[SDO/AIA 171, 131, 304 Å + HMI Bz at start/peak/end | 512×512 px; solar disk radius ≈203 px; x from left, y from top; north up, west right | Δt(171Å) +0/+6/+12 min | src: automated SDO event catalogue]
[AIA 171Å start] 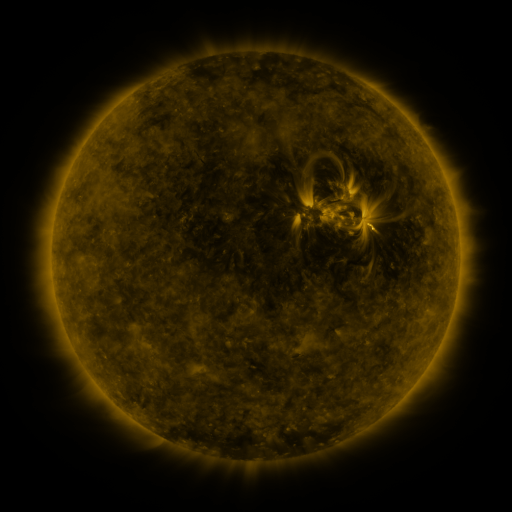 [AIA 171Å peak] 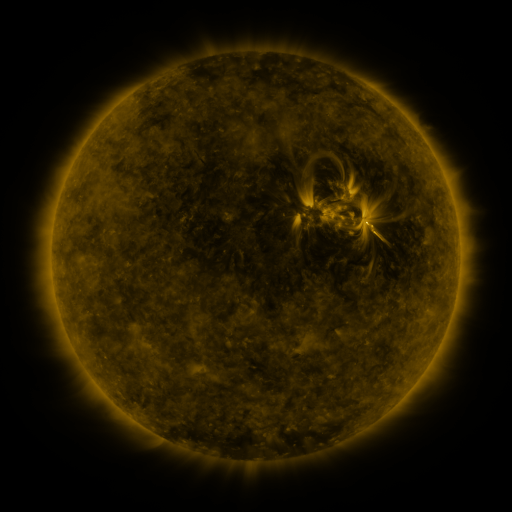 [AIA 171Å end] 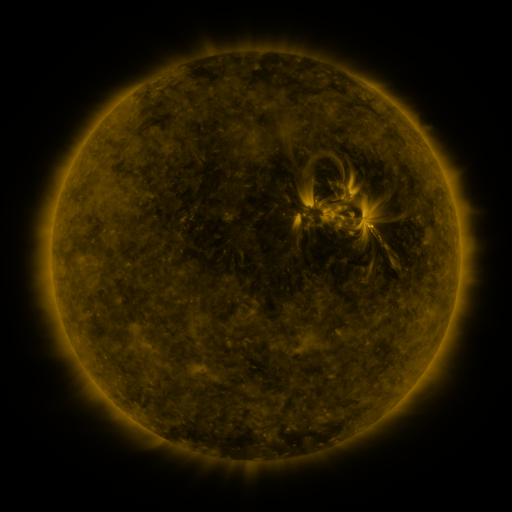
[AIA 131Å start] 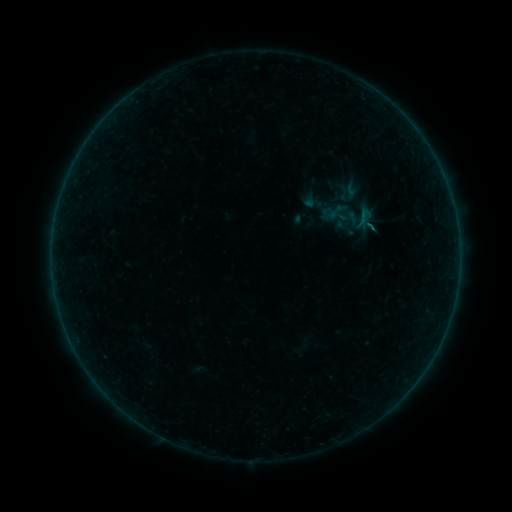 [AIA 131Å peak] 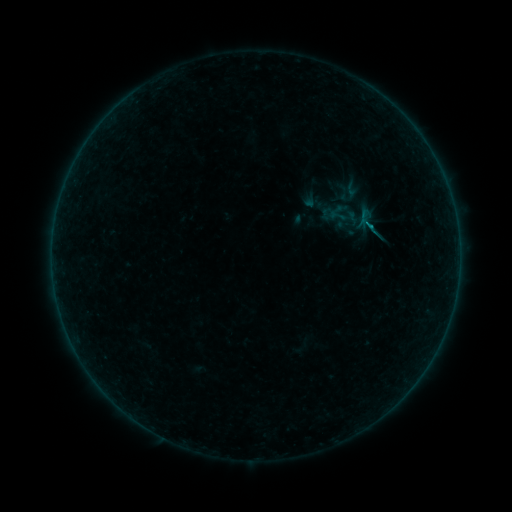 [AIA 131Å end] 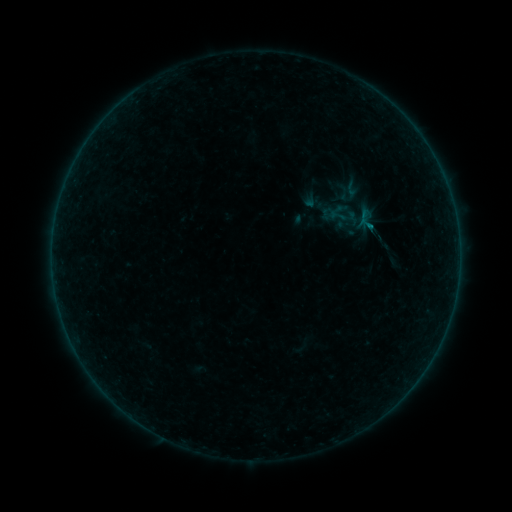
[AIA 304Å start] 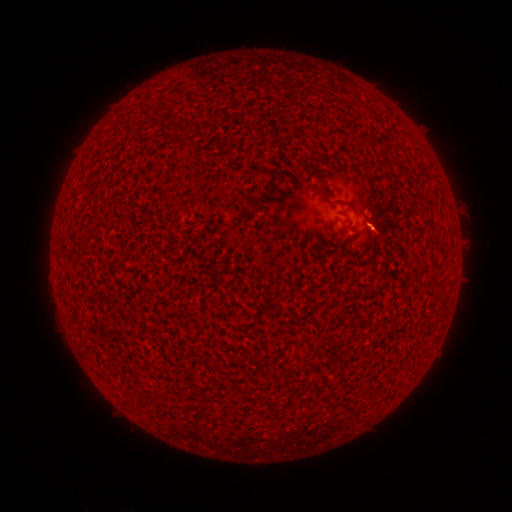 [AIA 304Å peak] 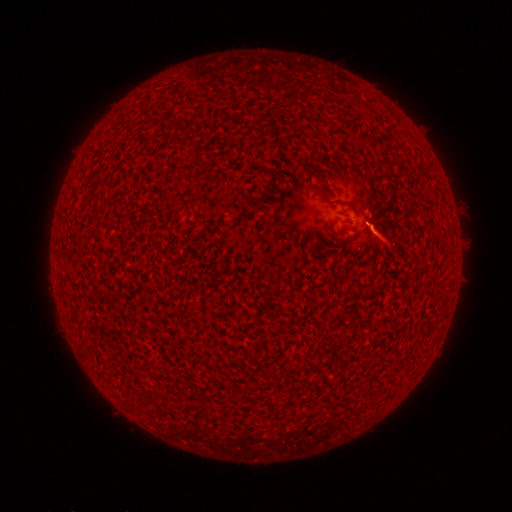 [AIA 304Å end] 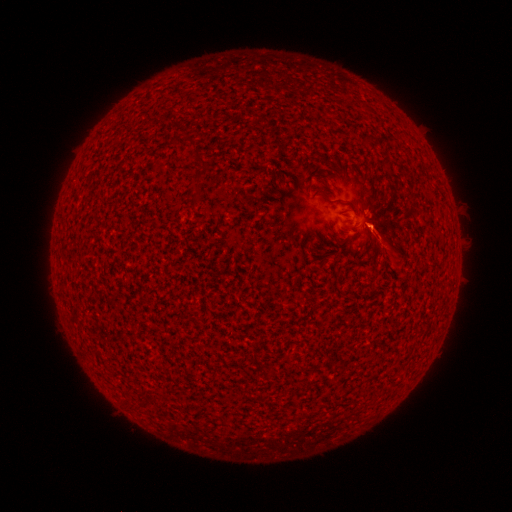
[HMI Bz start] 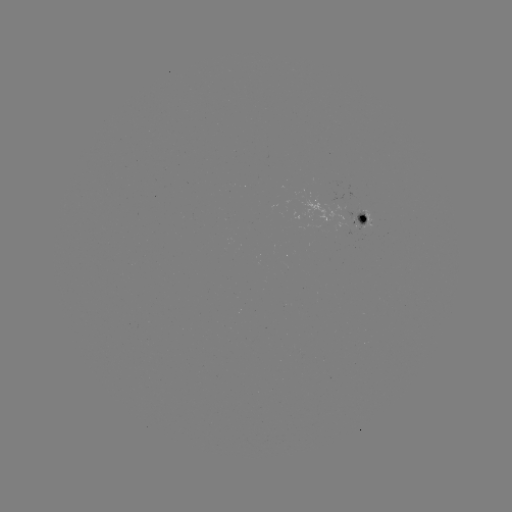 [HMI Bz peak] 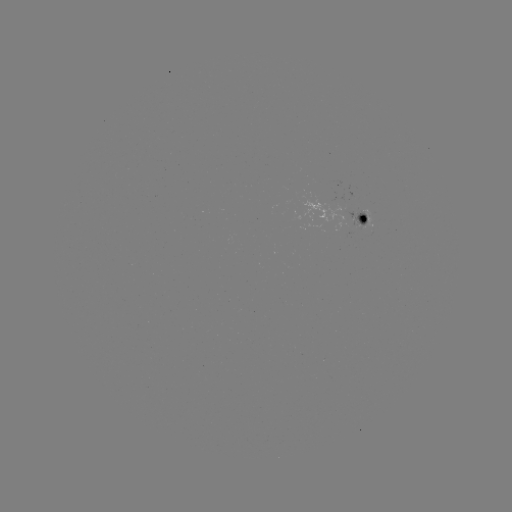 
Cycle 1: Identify eruption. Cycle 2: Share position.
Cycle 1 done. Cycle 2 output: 385,243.